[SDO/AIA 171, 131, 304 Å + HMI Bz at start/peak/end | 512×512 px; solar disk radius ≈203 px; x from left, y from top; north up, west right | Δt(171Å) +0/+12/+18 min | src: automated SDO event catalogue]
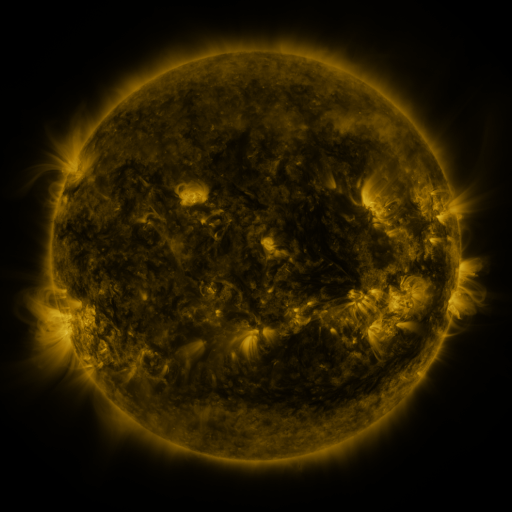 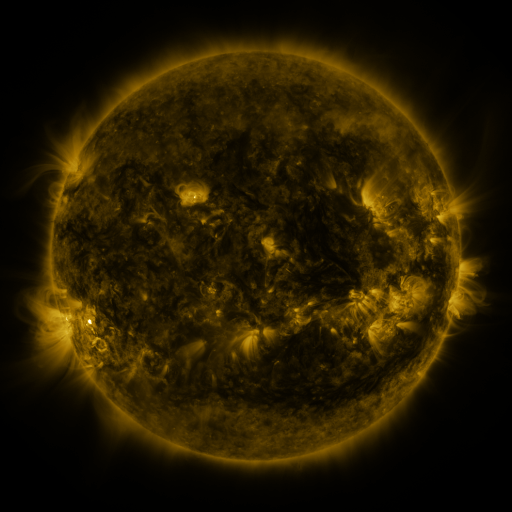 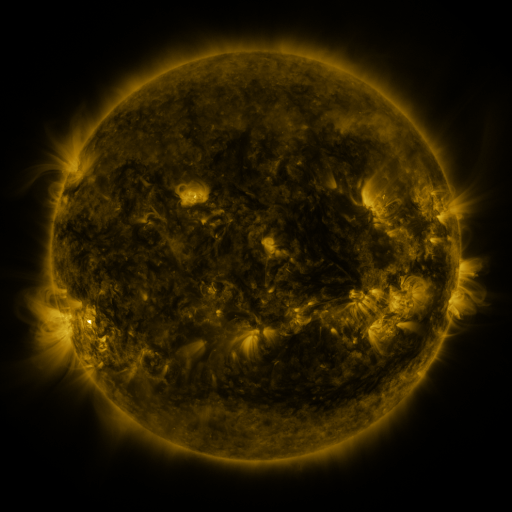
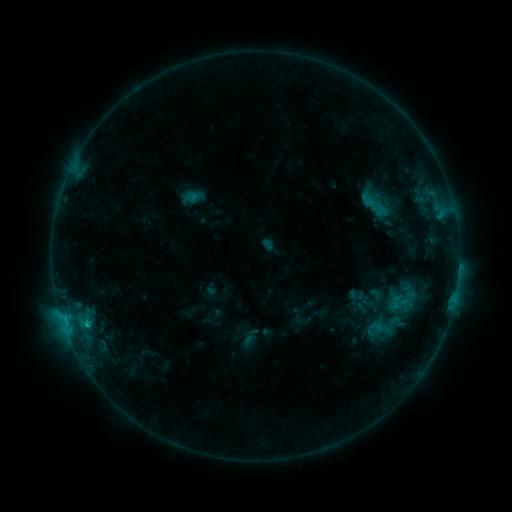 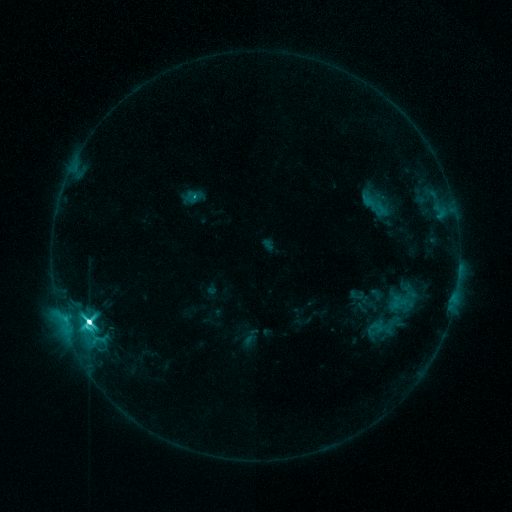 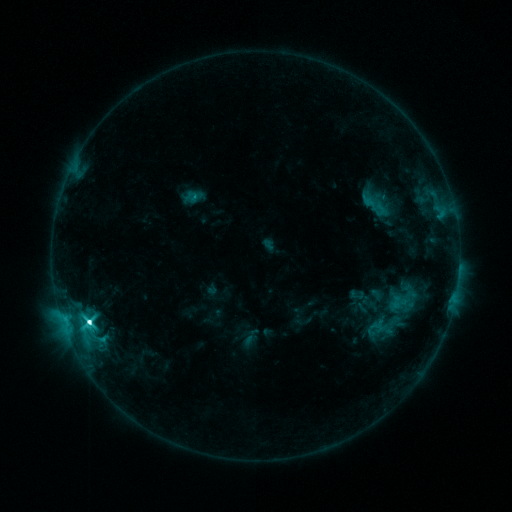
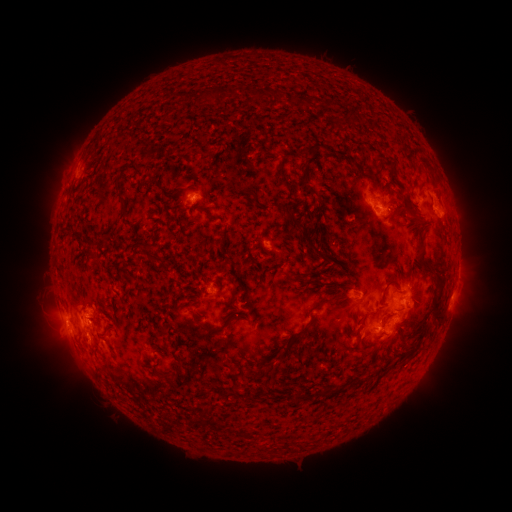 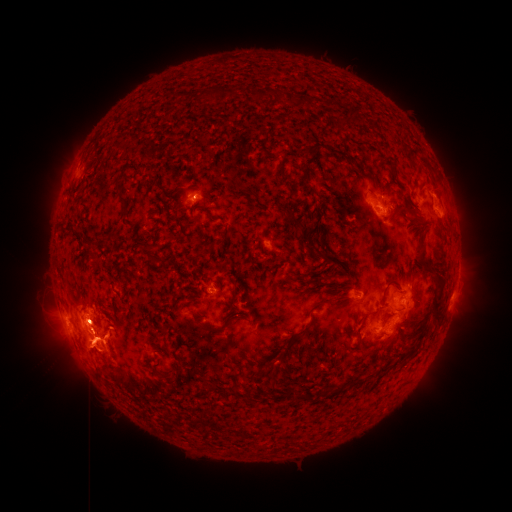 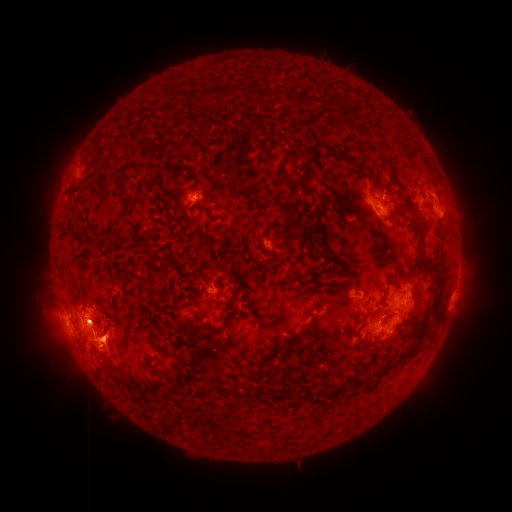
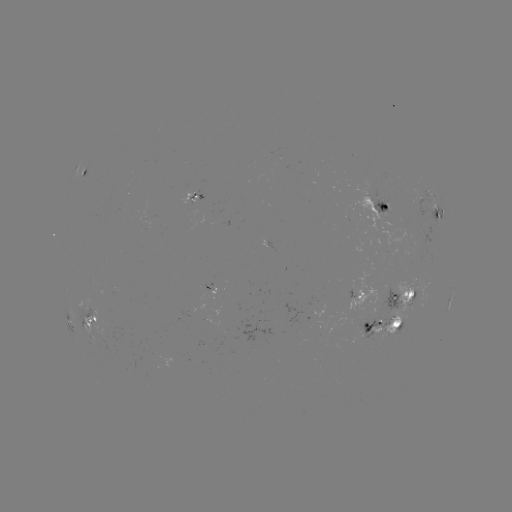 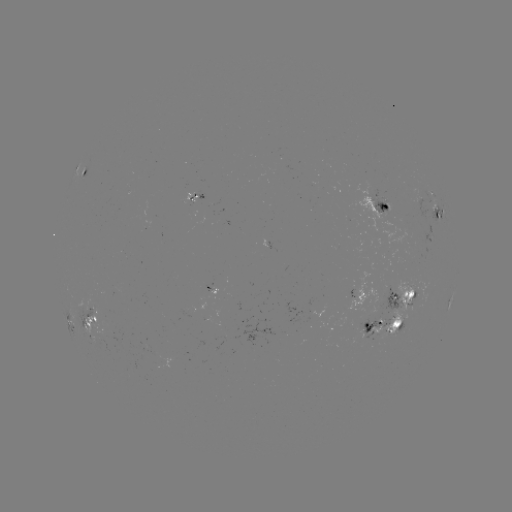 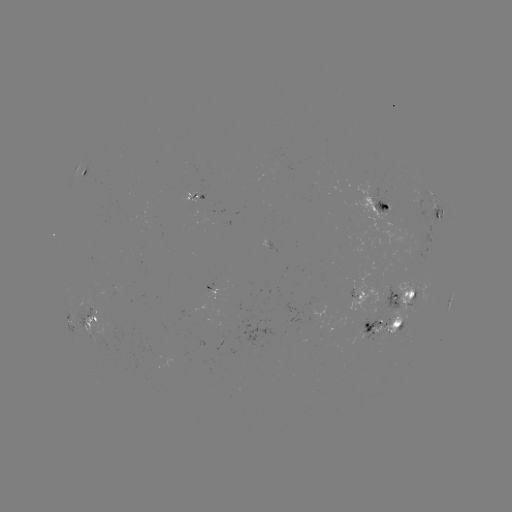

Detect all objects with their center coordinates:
M3.9 flare: (89, 319)
